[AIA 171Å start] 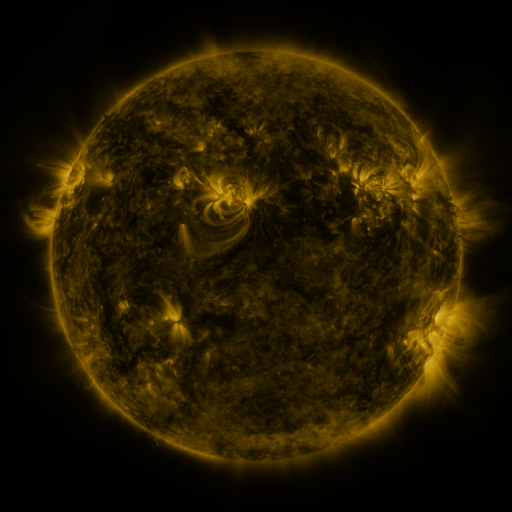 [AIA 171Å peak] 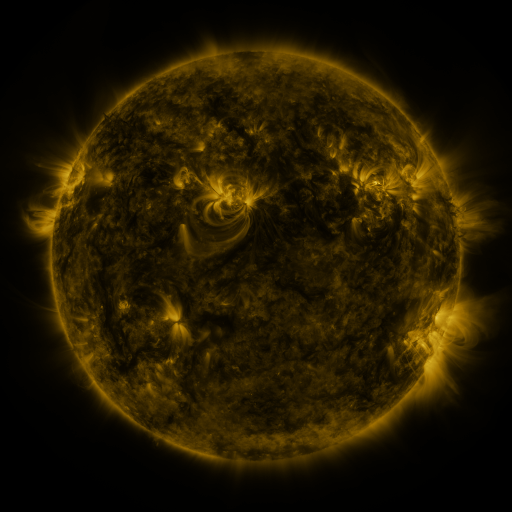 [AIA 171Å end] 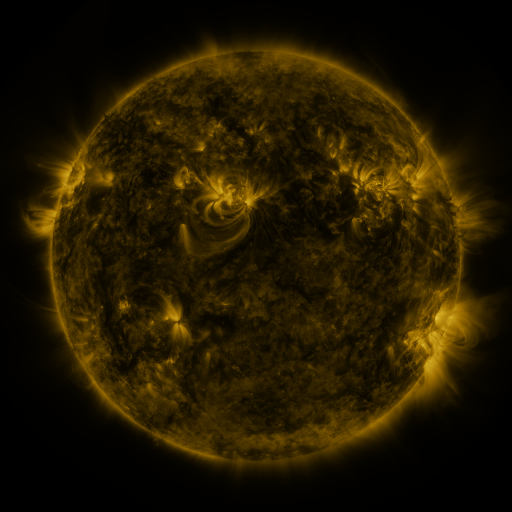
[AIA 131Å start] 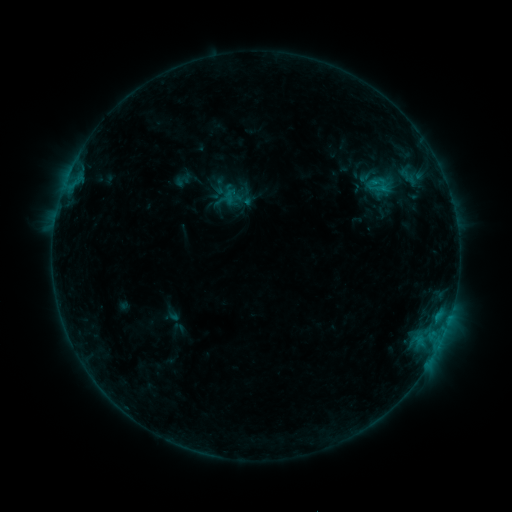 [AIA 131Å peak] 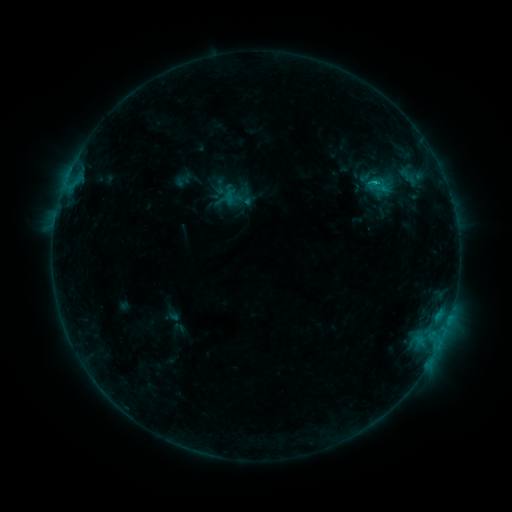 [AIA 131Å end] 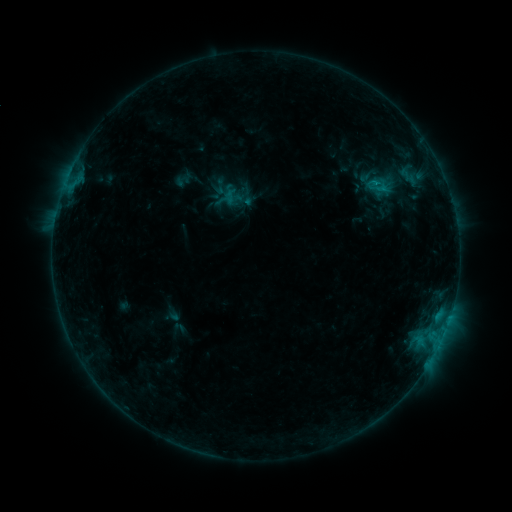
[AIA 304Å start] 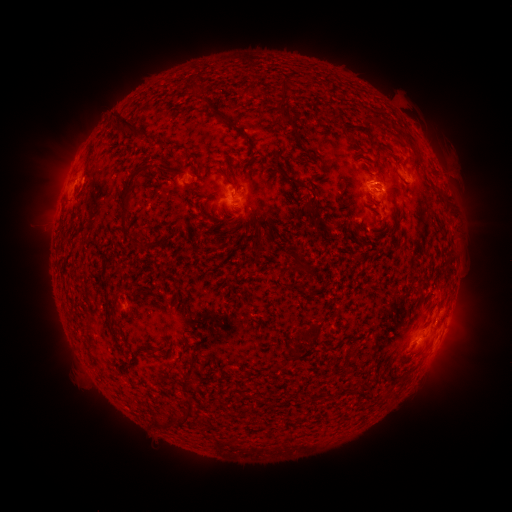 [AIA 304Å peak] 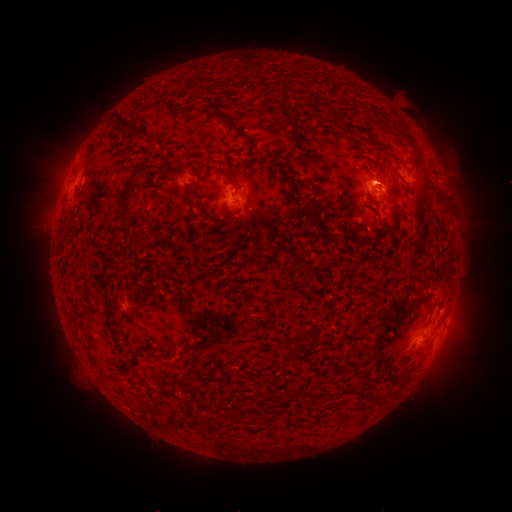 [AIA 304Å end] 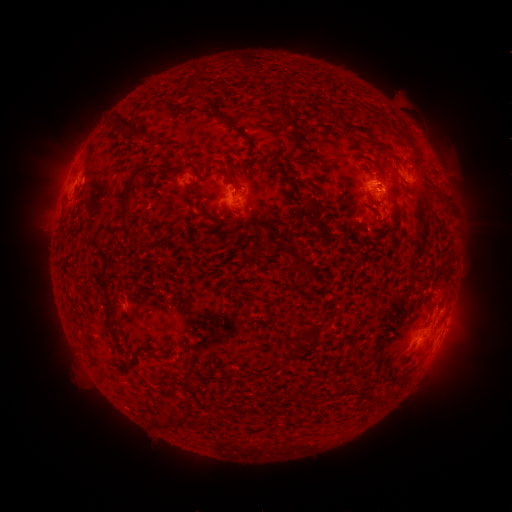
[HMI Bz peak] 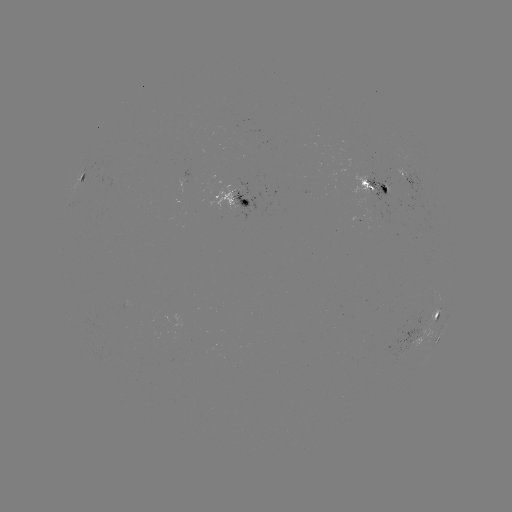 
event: flare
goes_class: C1.3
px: (378, 186)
